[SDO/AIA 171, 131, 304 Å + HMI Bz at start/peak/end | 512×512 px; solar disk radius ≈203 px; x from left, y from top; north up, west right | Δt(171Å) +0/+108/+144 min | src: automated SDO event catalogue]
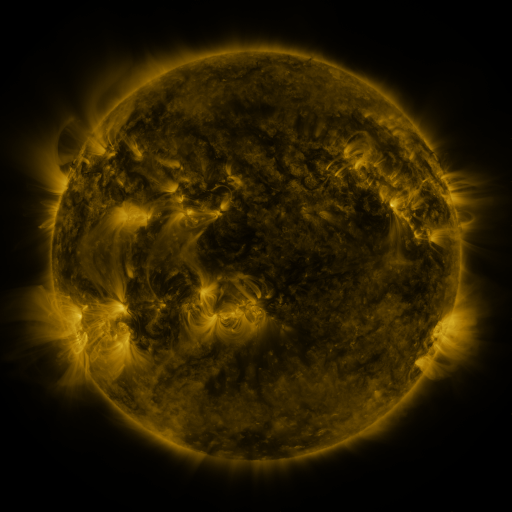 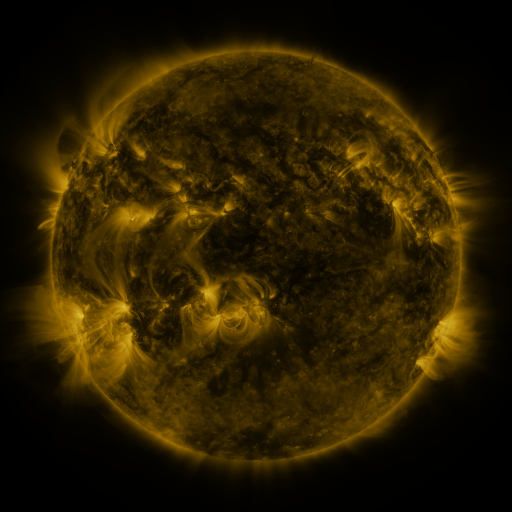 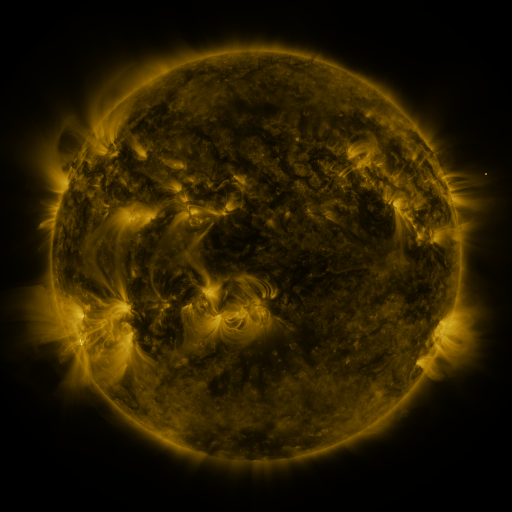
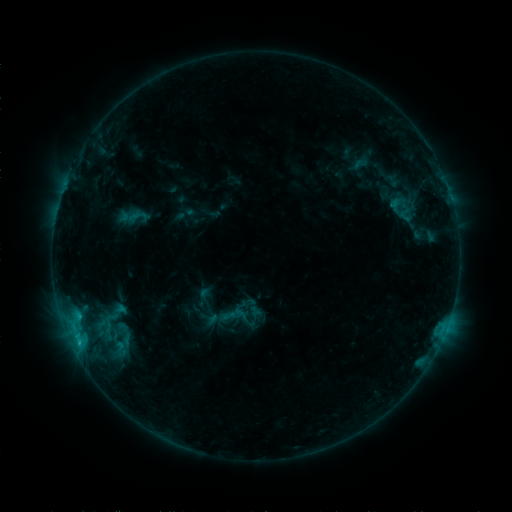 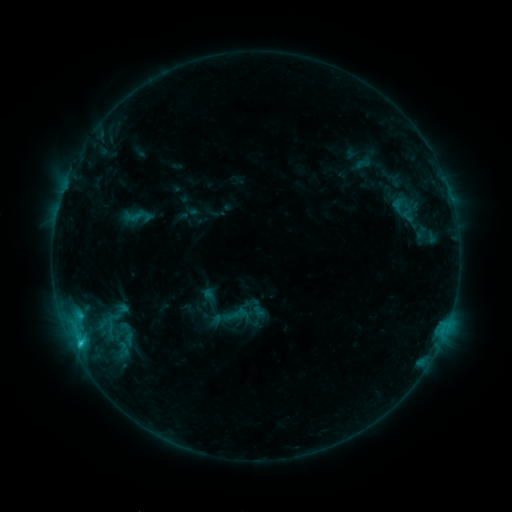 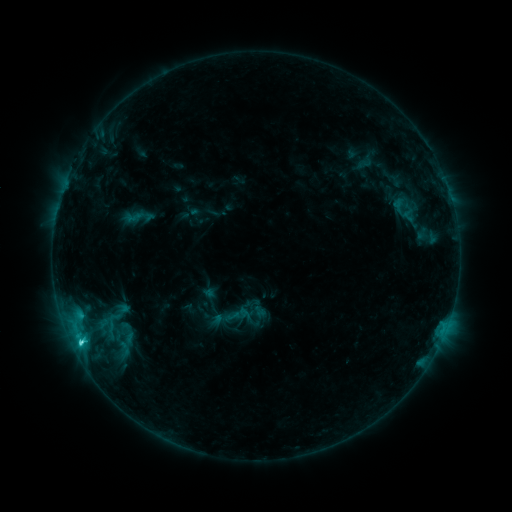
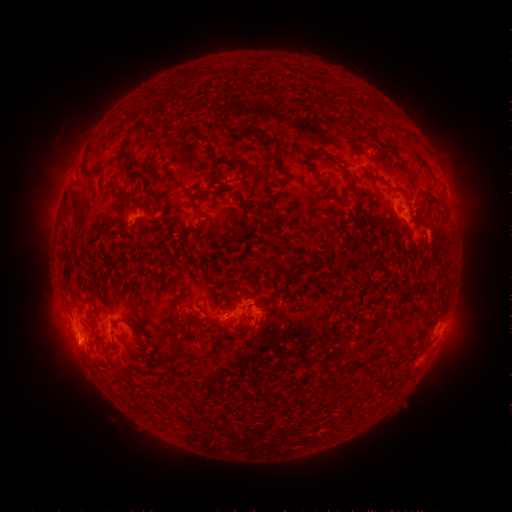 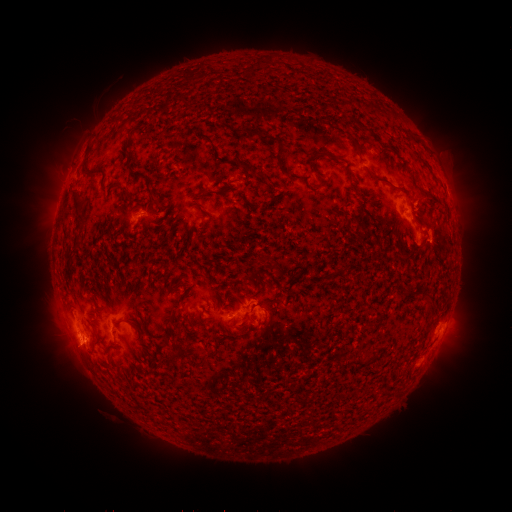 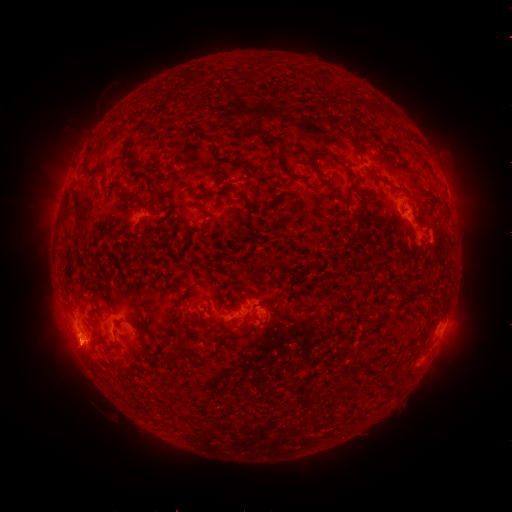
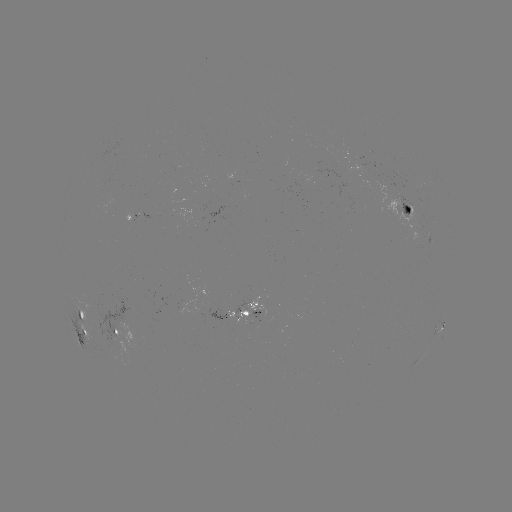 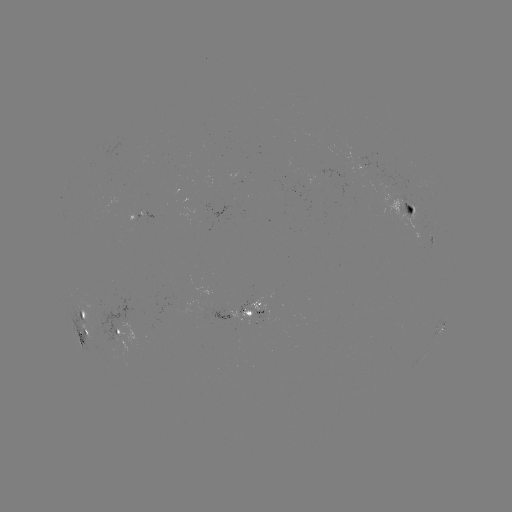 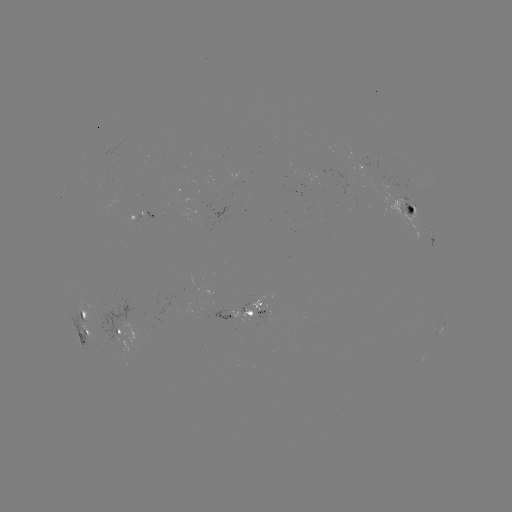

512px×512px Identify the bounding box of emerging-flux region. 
[85, 303, 102, 309].